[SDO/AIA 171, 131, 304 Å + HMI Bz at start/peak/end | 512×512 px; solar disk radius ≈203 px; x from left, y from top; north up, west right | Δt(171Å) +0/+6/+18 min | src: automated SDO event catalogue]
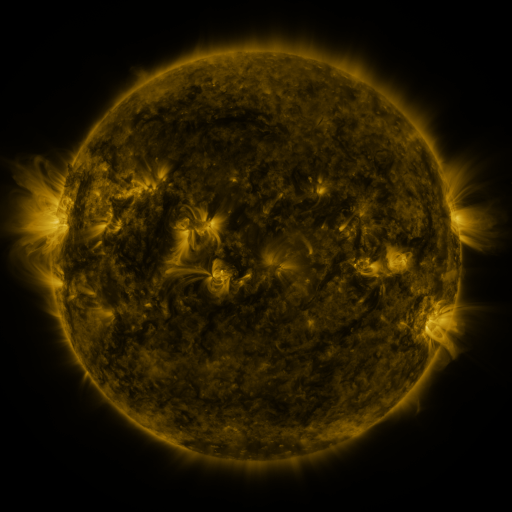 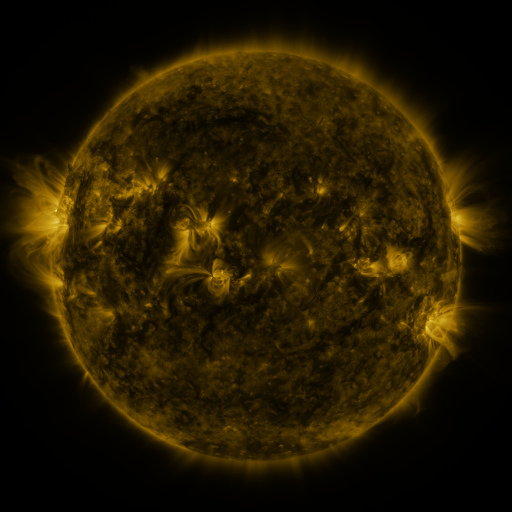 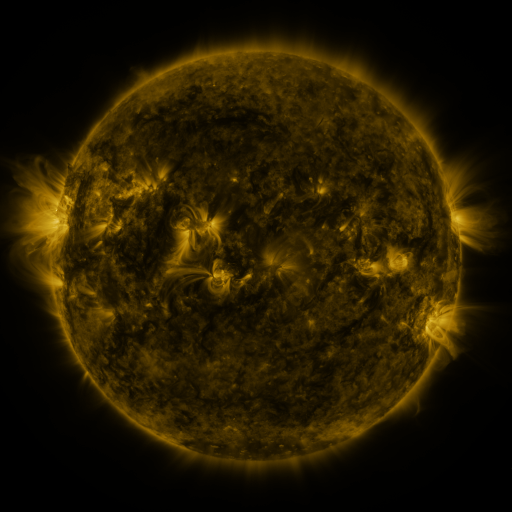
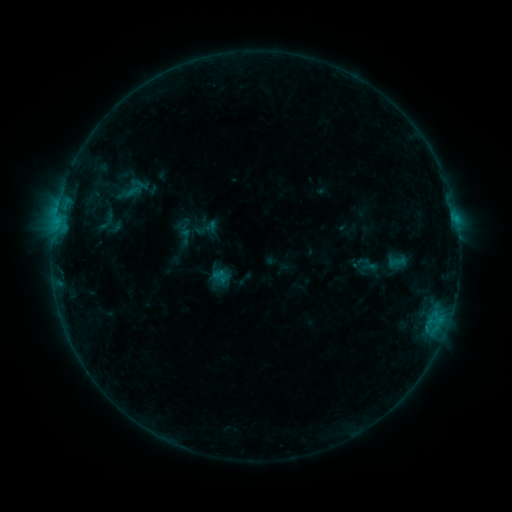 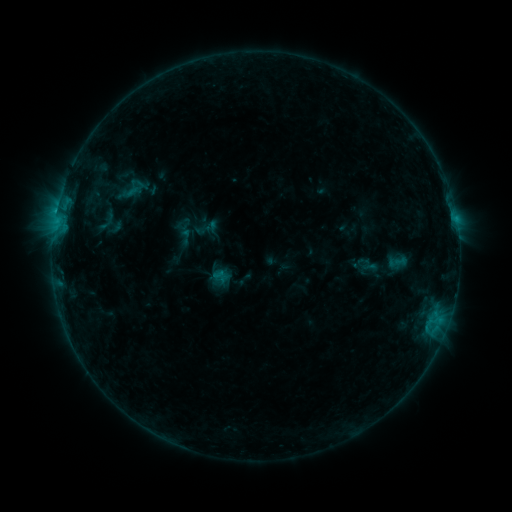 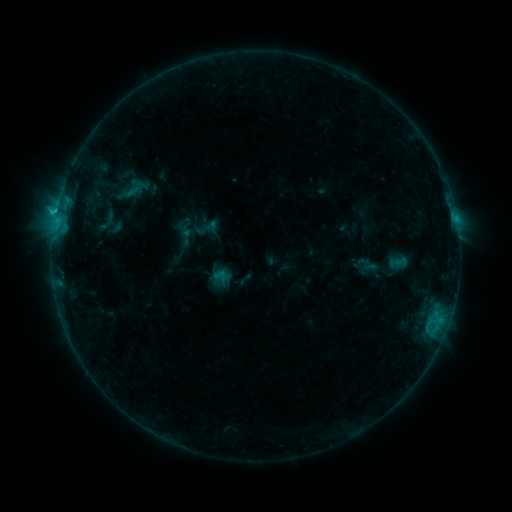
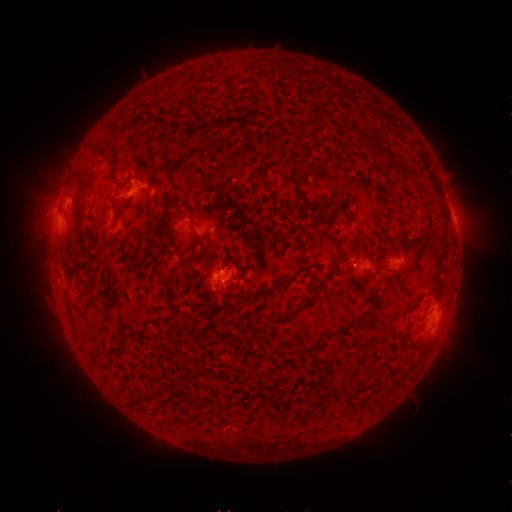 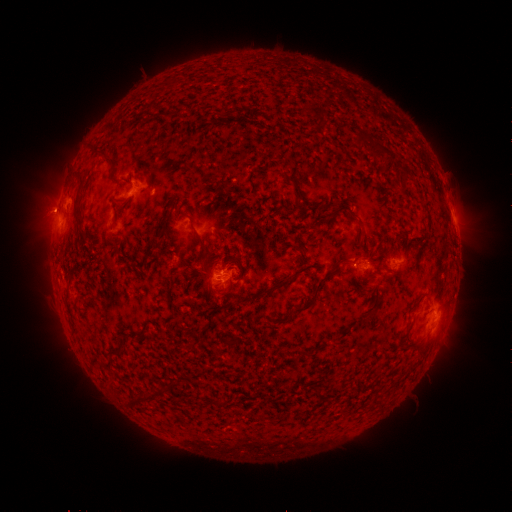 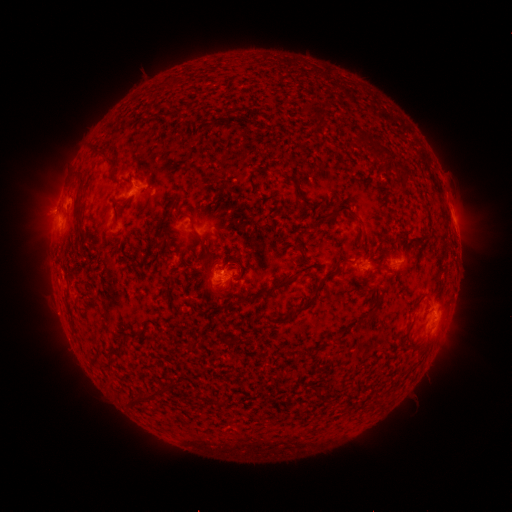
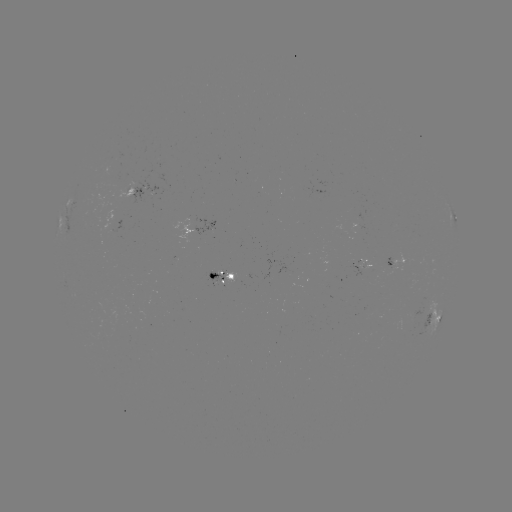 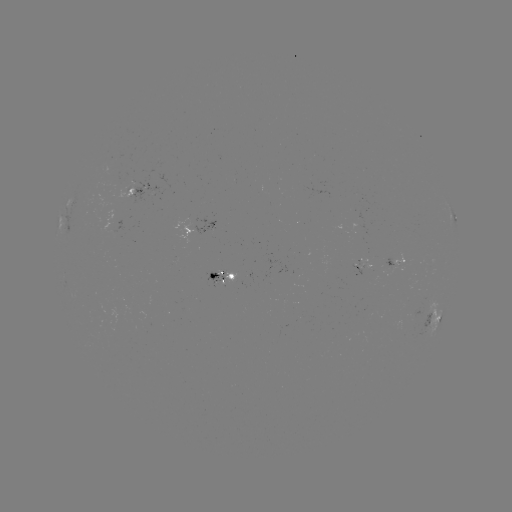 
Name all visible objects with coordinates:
C1.4 flare: (57, 213)
